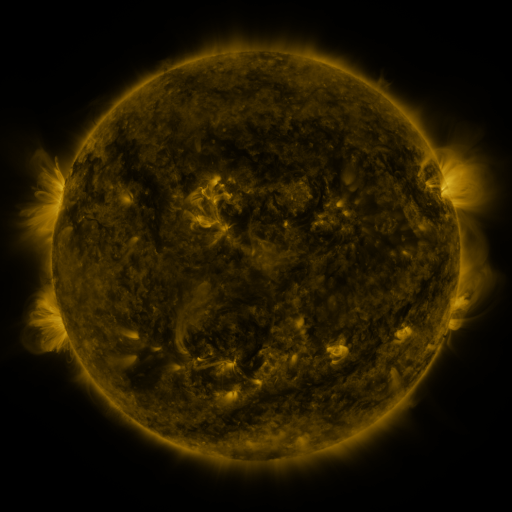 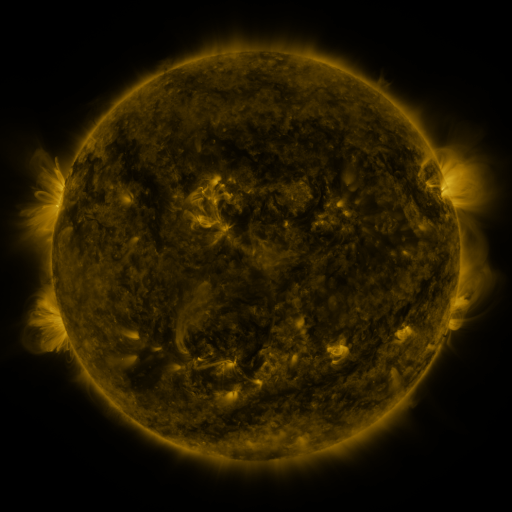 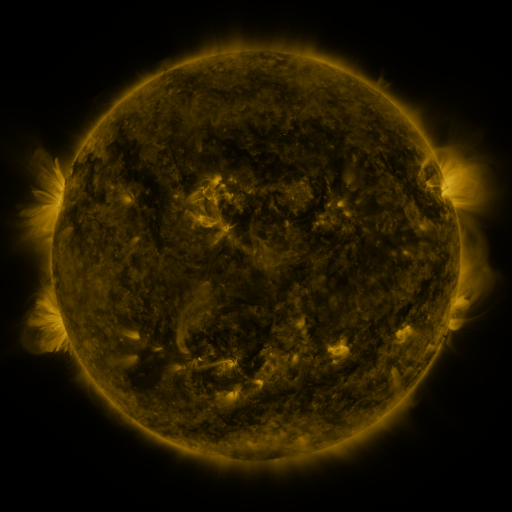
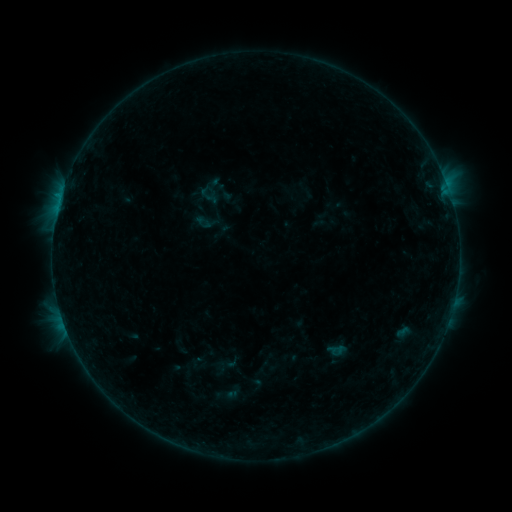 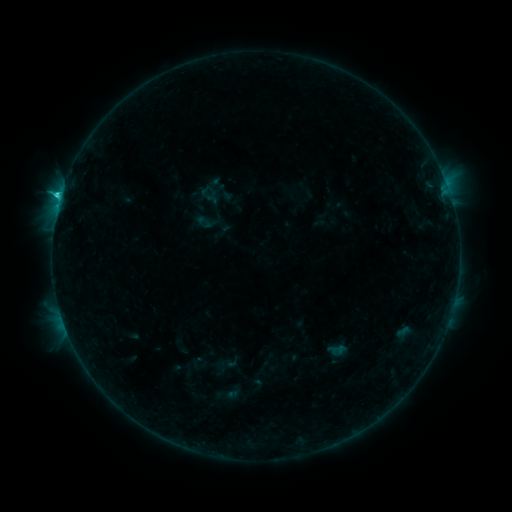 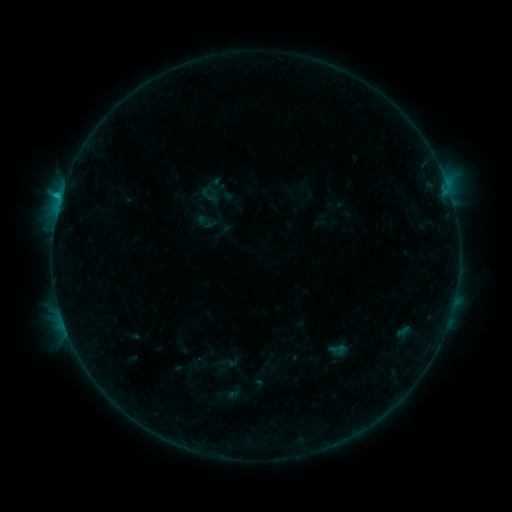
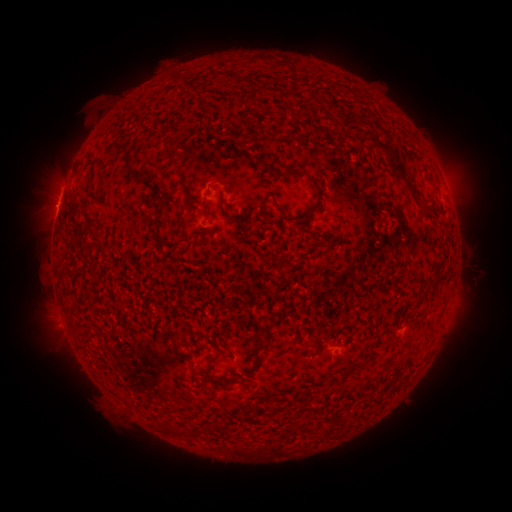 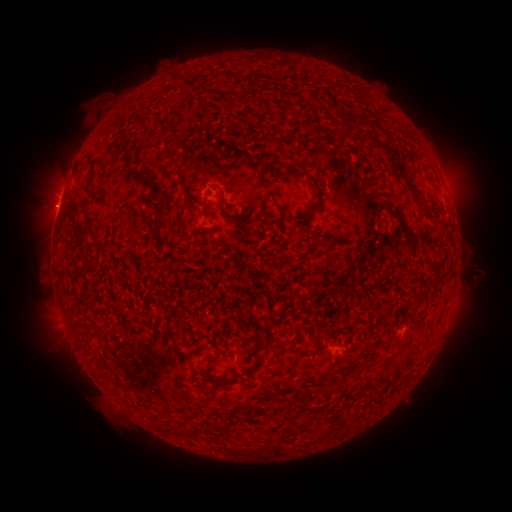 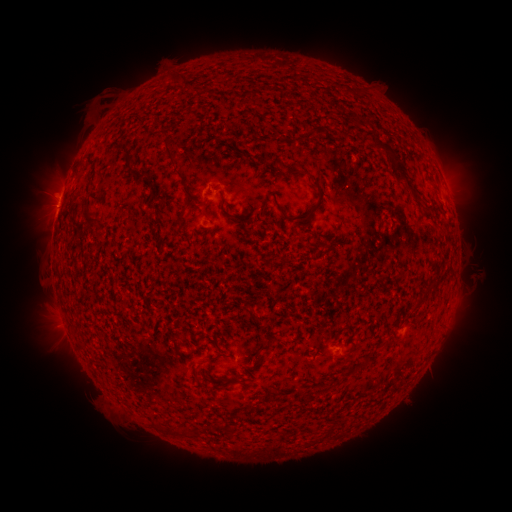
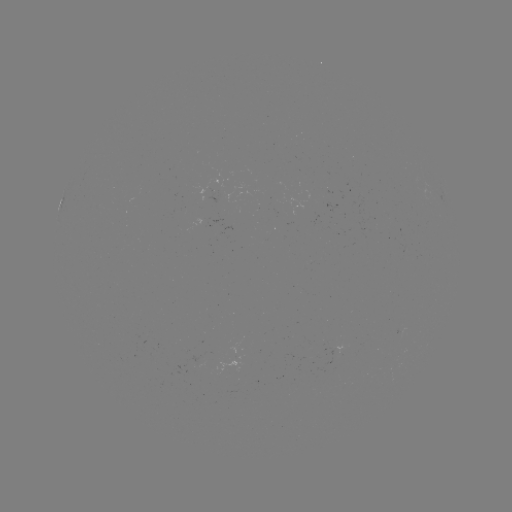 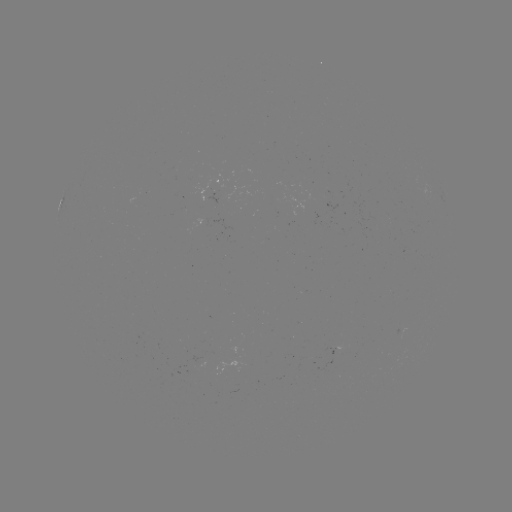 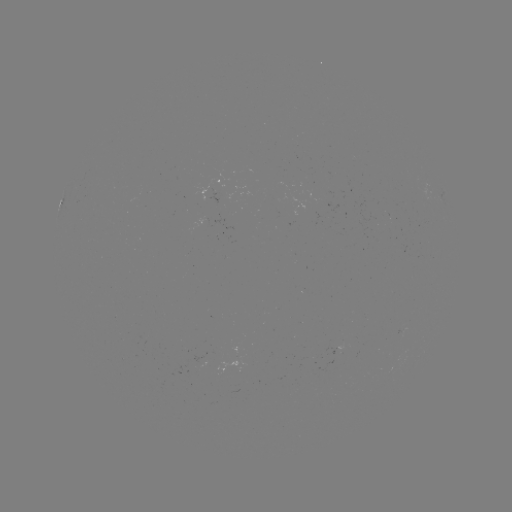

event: flare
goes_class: C1.4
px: (60, 201)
